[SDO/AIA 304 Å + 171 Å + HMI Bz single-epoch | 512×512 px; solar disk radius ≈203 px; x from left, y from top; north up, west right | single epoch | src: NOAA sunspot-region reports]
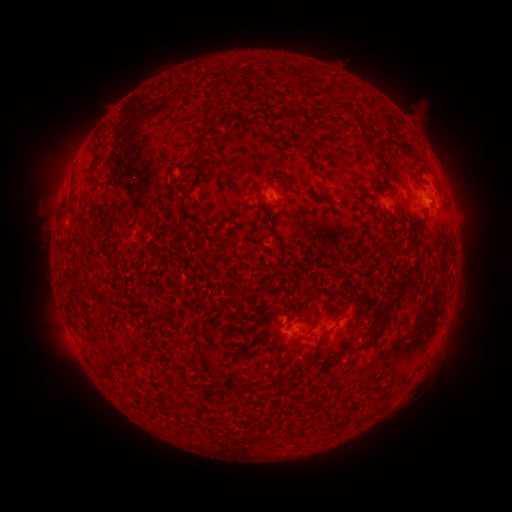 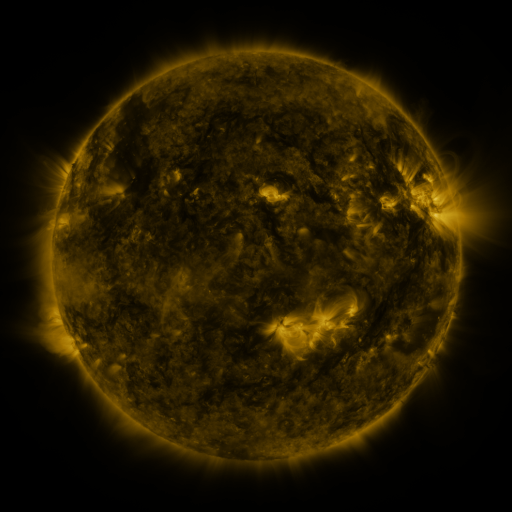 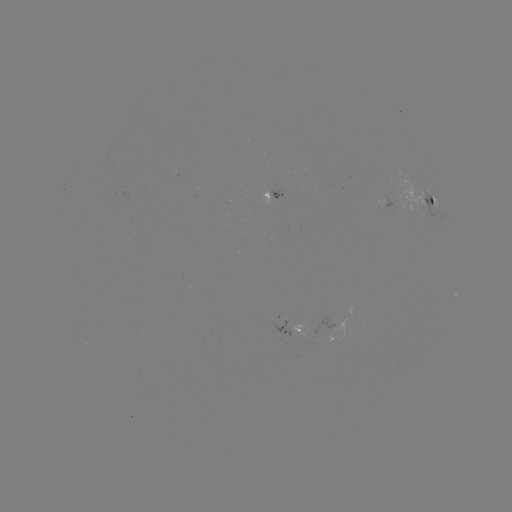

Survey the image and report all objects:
spotted active region: (282, 196)
spotted active region: (426, 199)
spotted active region: (391, 201)
spotted active region: (296, 329)
